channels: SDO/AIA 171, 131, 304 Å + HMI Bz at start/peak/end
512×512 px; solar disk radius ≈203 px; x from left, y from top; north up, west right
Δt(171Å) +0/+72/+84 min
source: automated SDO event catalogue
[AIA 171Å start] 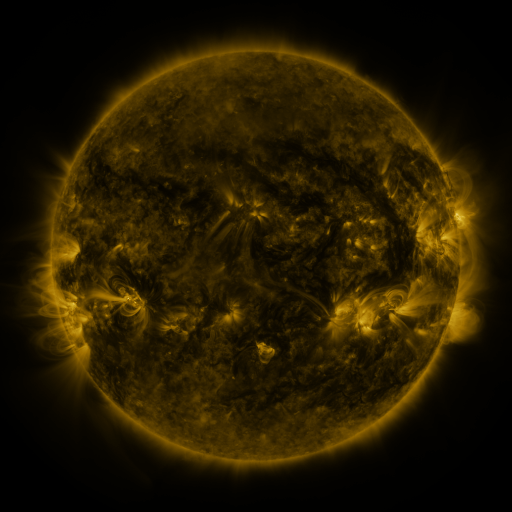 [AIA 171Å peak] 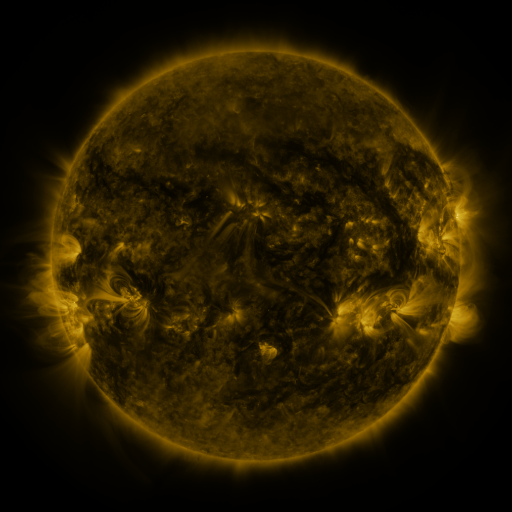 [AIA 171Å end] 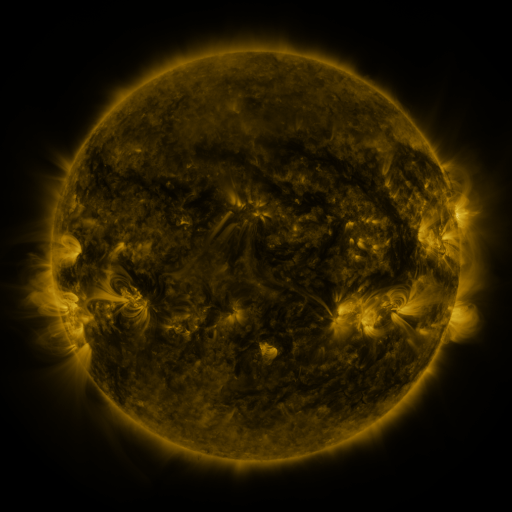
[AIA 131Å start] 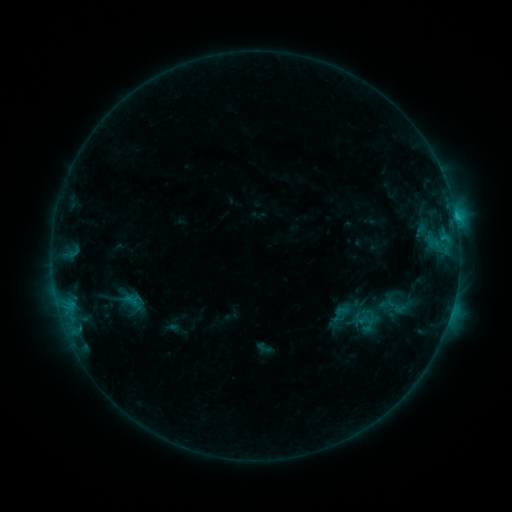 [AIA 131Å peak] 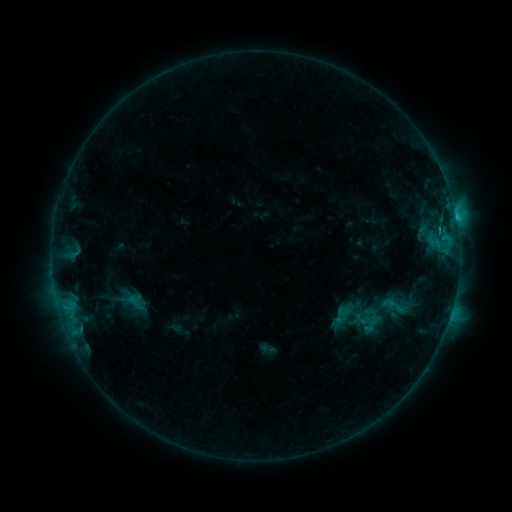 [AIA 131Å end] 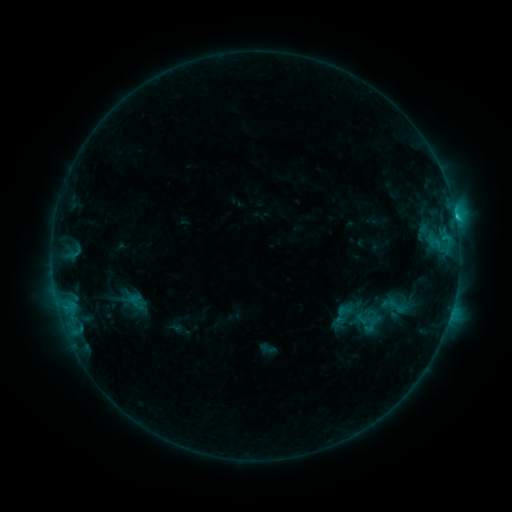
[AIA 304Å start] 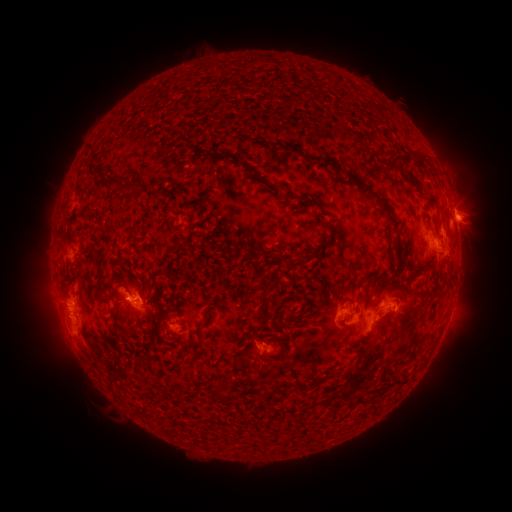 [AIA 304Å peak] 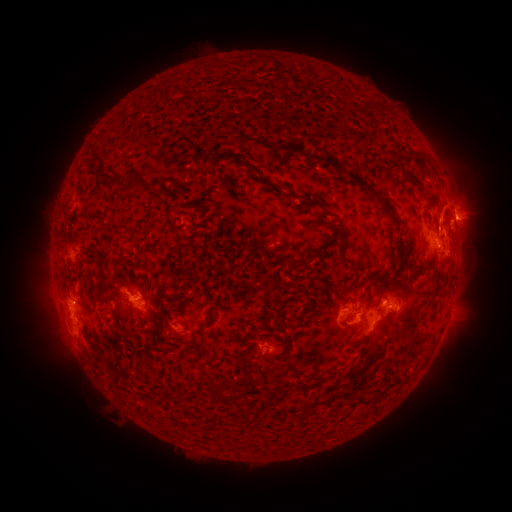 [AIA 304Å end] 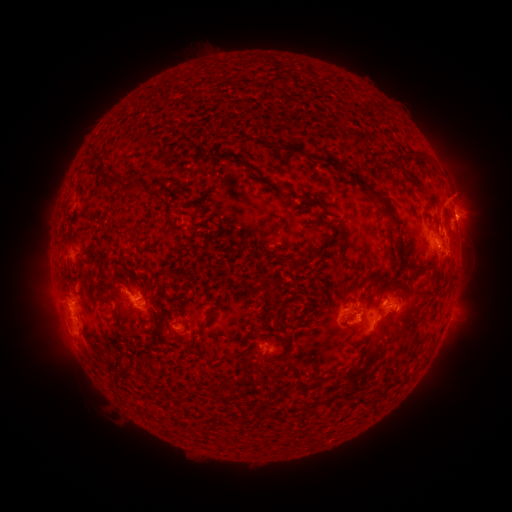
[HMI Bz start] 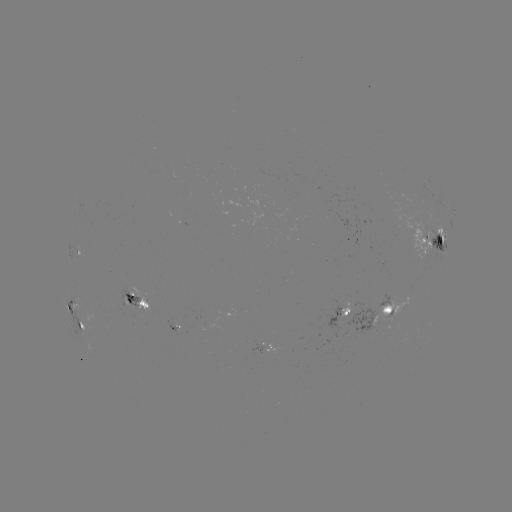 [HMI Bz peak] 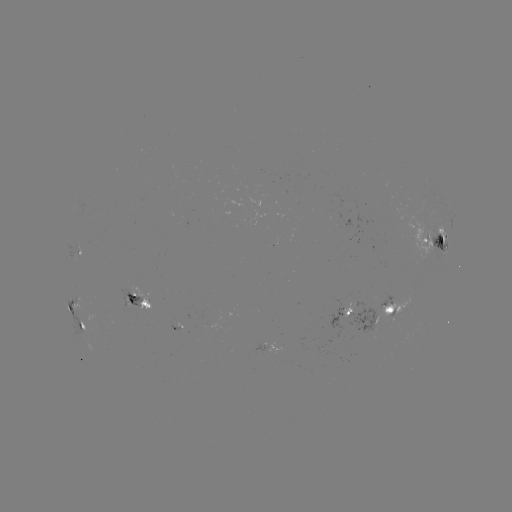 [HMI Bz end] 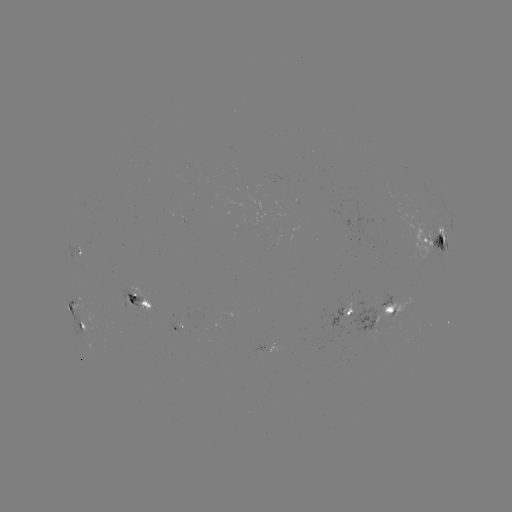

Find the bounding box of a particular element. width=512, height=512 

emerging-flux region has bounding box [378, 298, 410, 322].